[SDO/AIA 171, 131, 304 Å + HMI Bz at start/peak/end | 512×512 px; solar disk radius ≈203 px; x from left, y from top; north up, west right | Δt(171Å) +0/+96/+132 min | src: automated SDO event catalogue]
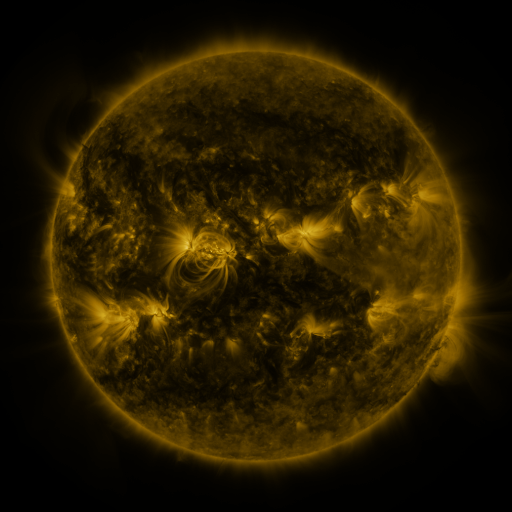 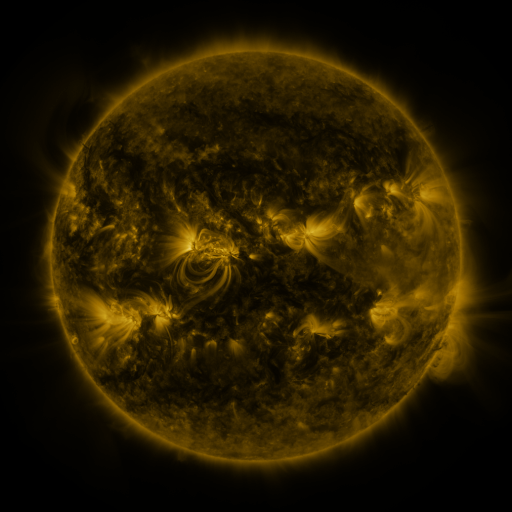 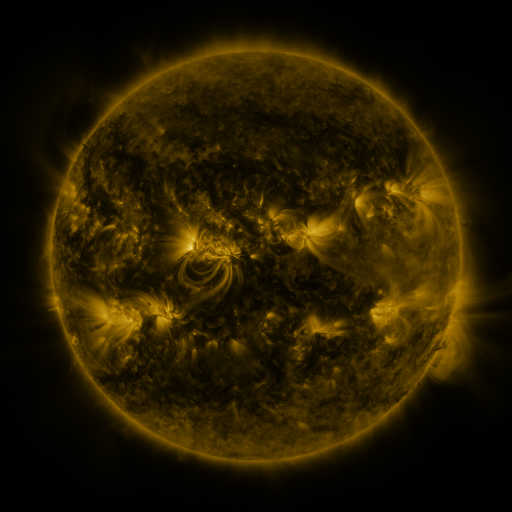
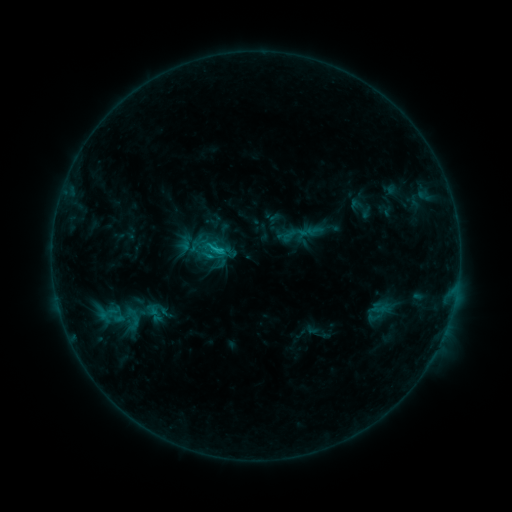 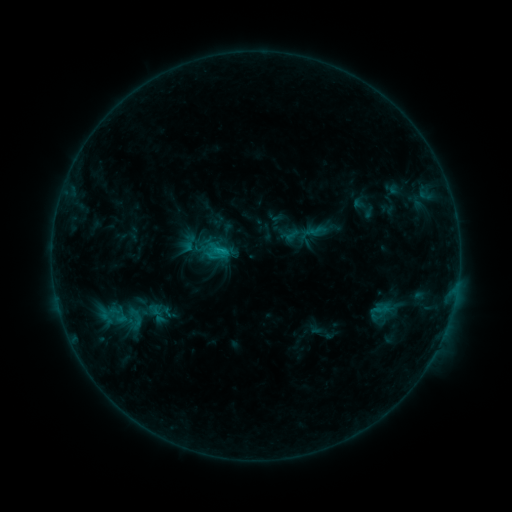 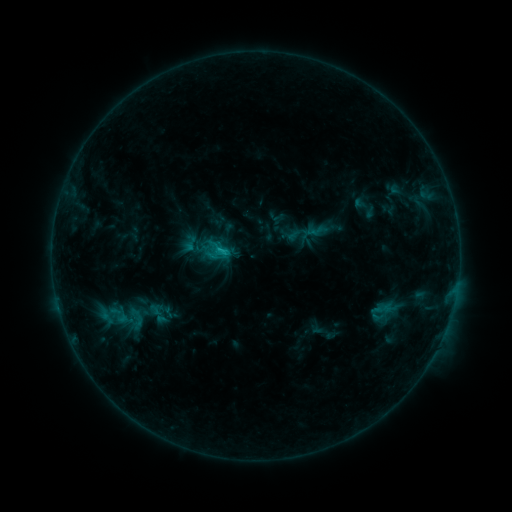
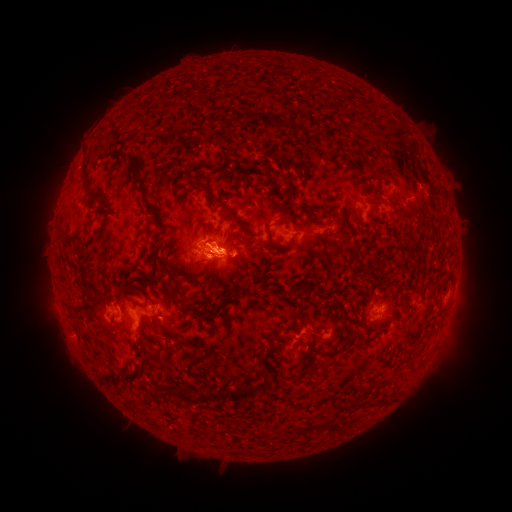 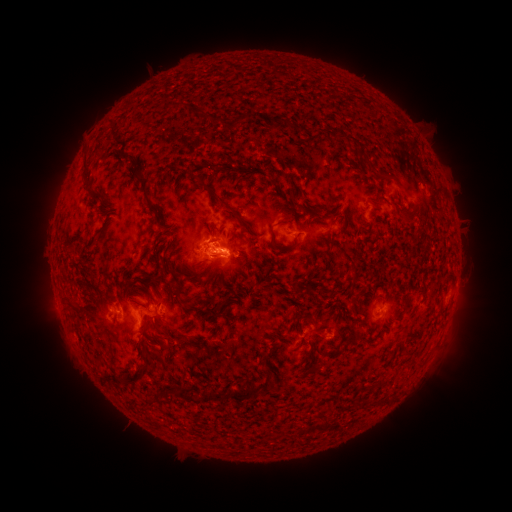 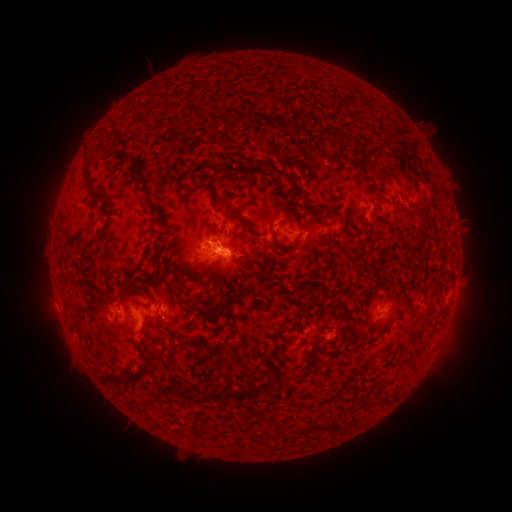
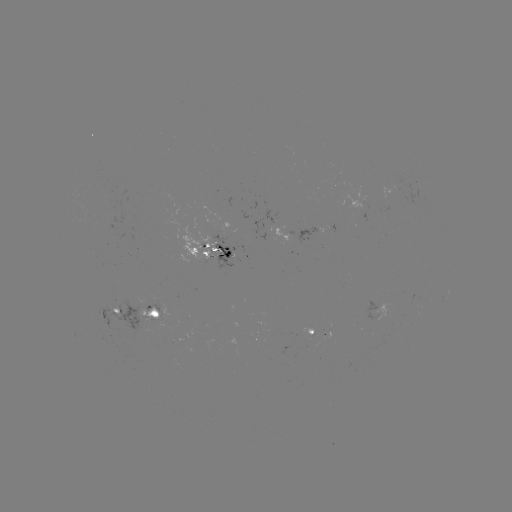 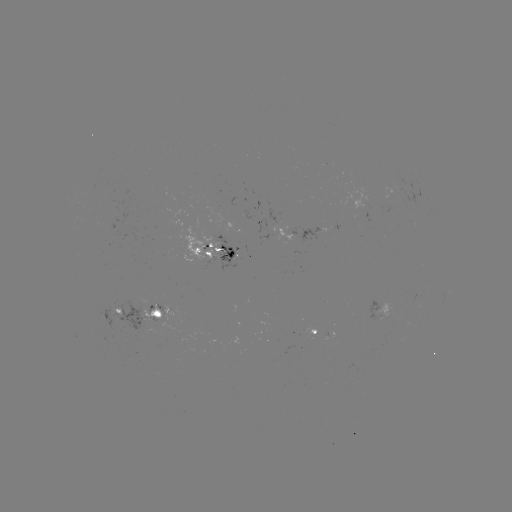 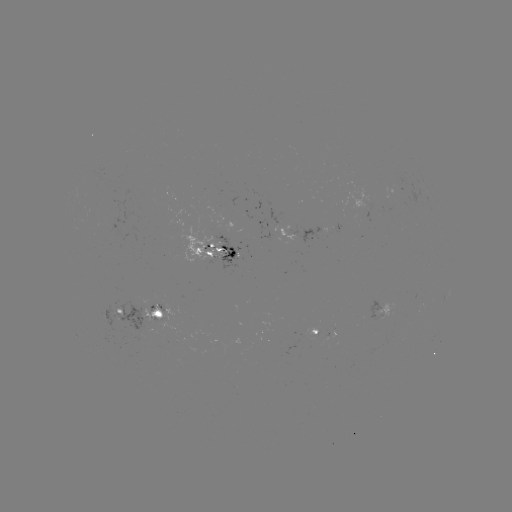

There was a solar emerging-flux region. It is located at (362, 201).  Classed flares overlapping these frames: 1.